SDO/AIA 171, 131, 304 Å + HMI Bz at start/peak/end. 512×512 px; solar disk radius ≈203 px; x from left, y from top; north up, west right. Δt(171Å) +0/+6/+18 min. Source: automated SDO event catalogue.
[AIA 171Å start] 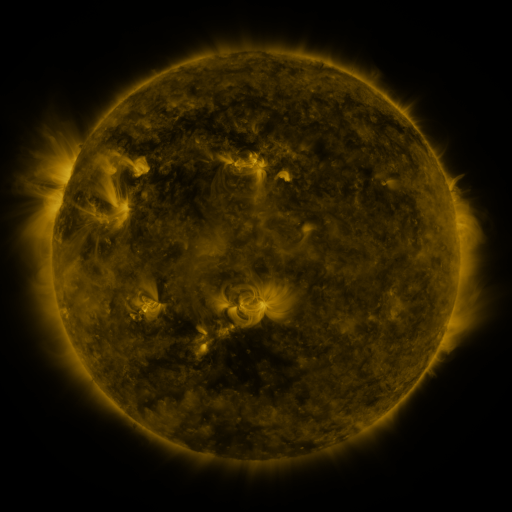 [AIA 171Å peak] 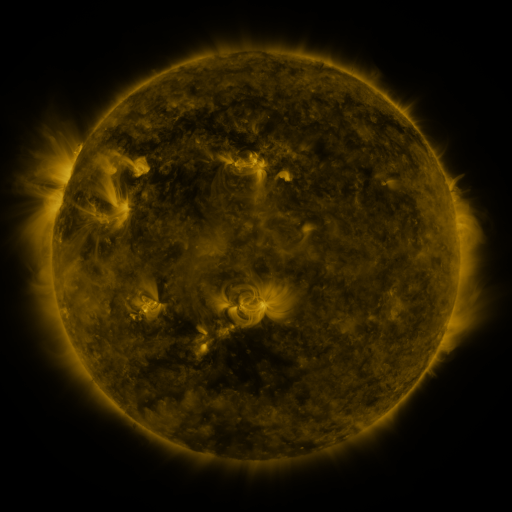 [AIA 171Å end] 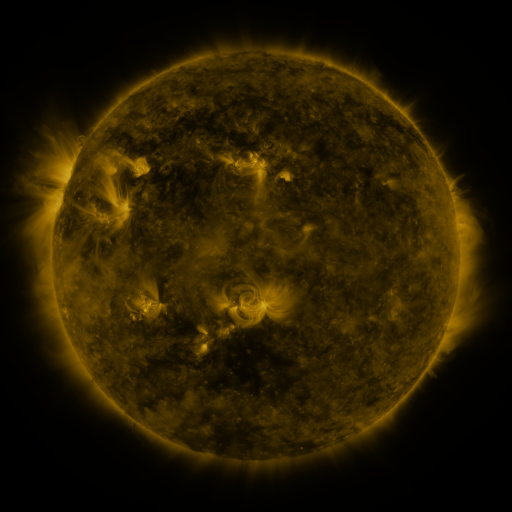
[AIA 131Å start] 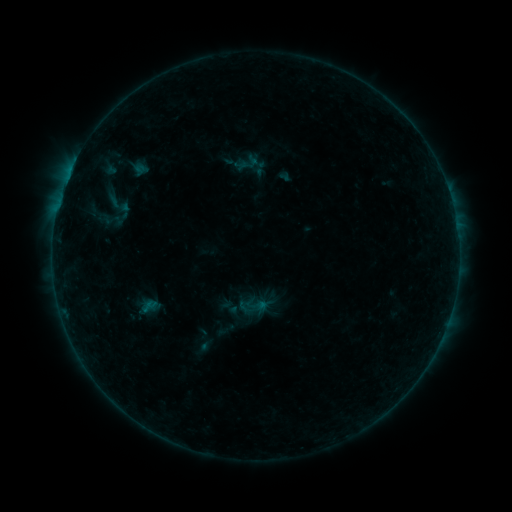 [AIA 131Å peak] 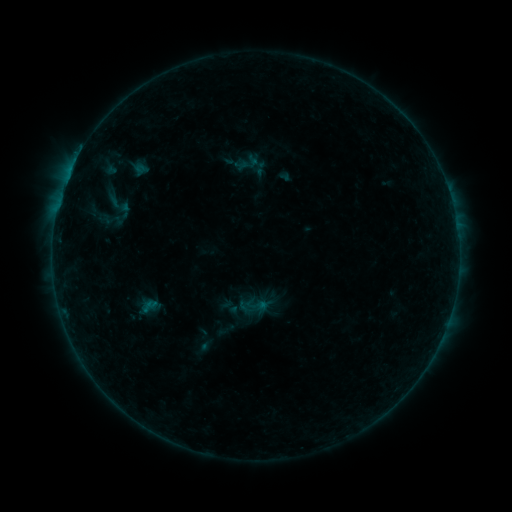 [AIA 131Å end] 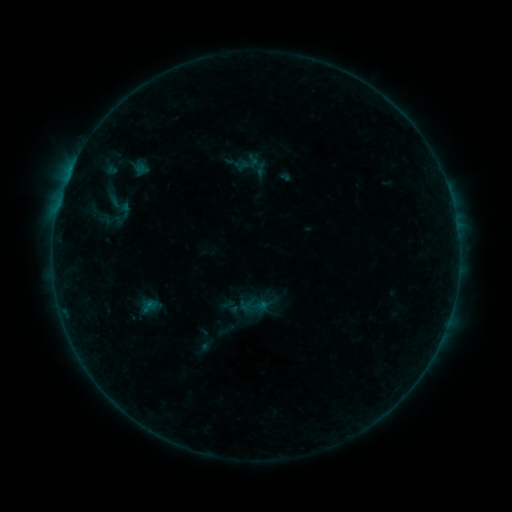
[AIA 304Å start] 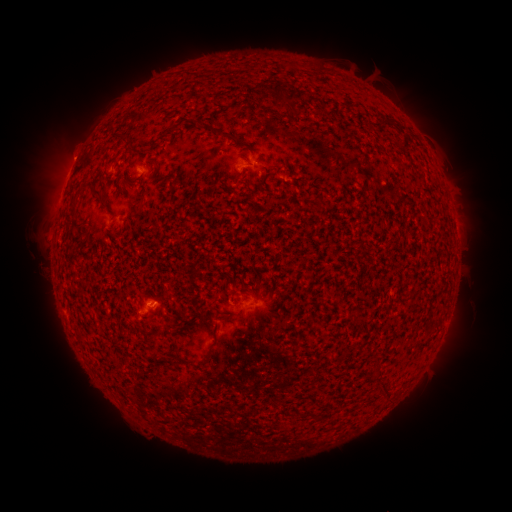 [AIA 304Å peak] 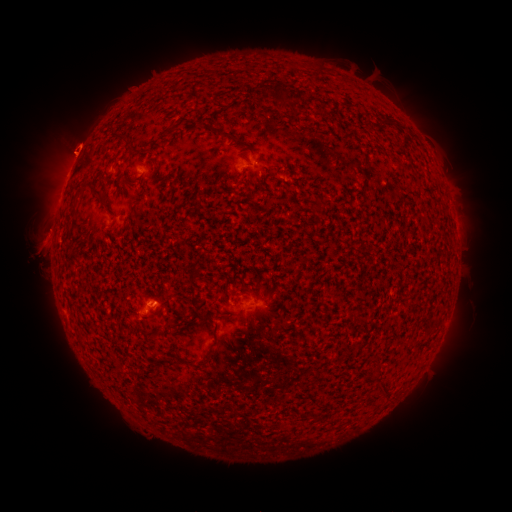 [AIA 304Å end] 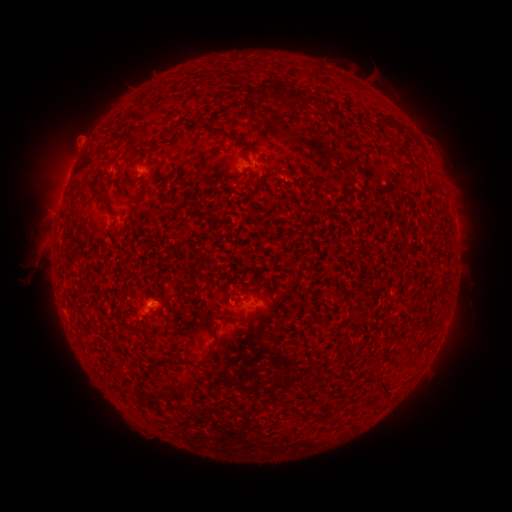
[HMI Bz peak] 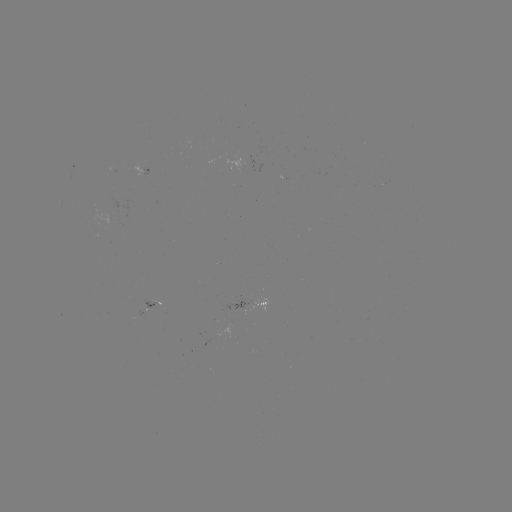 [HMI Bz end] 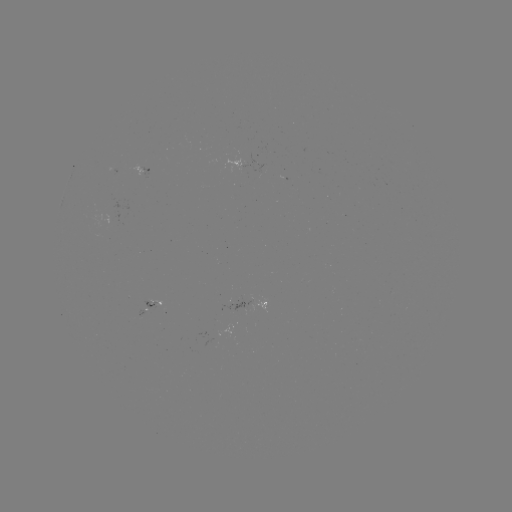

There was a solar eruption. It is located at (37, 243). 